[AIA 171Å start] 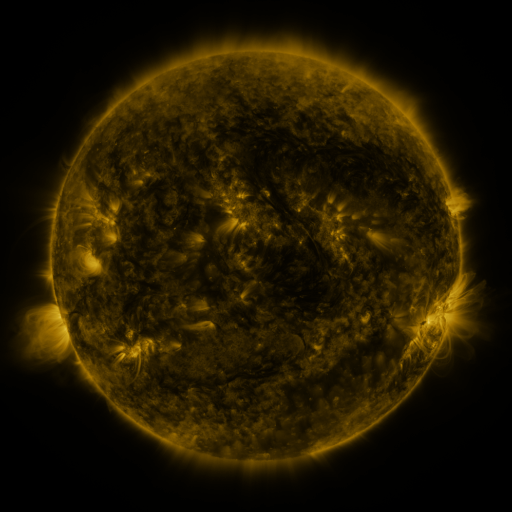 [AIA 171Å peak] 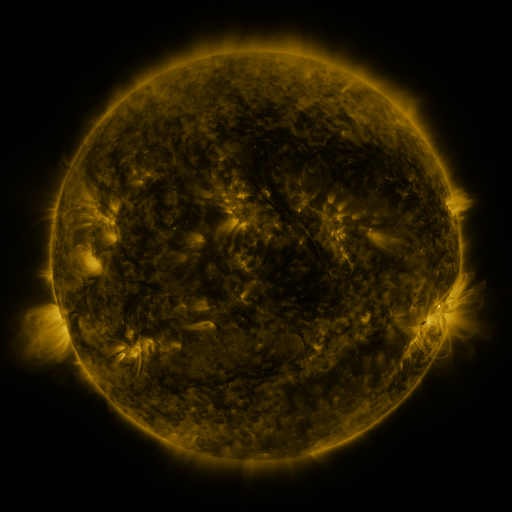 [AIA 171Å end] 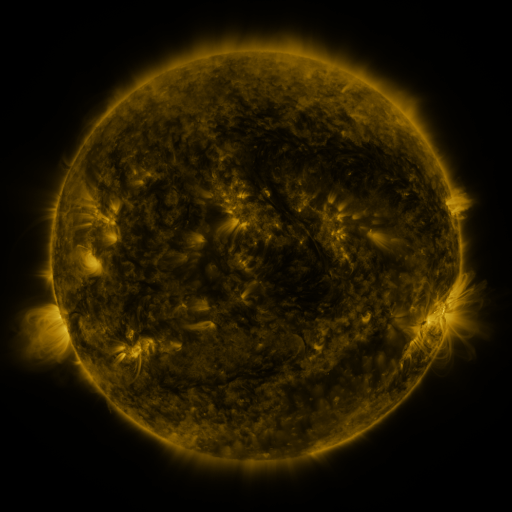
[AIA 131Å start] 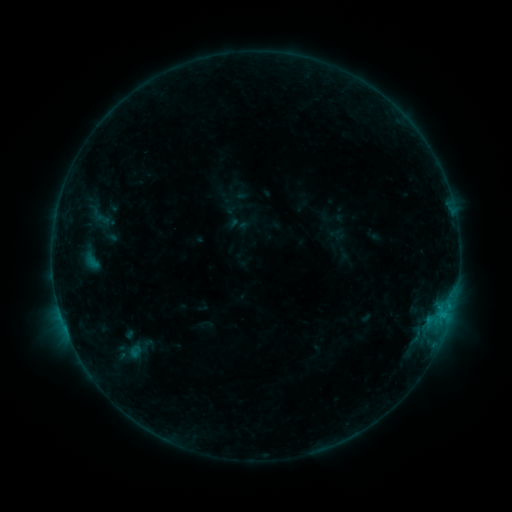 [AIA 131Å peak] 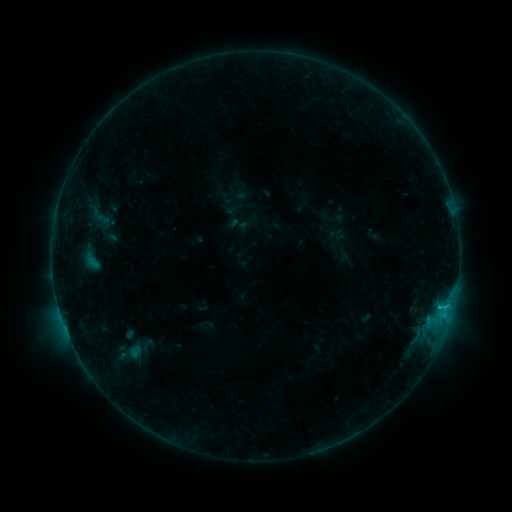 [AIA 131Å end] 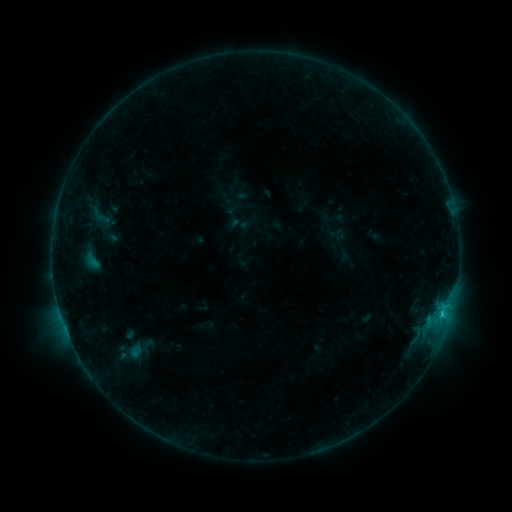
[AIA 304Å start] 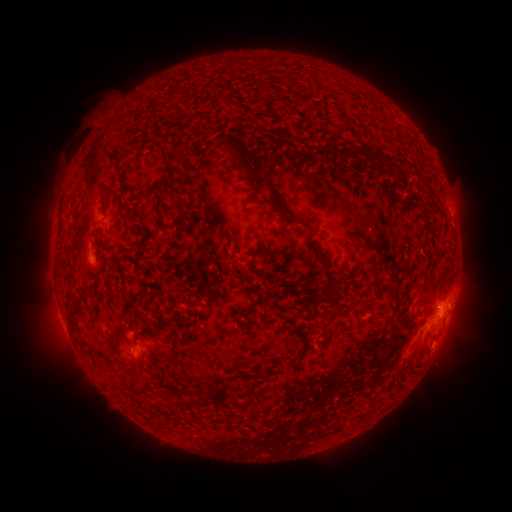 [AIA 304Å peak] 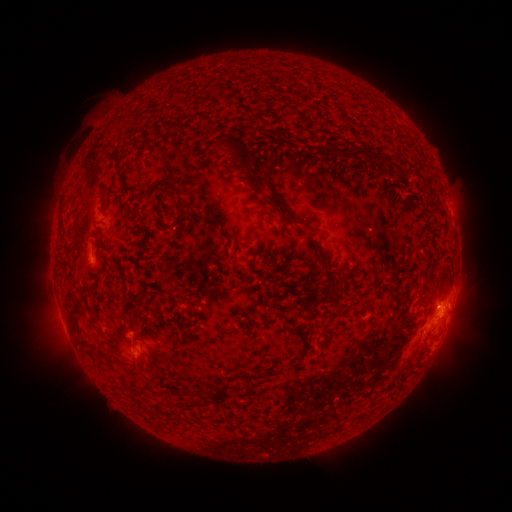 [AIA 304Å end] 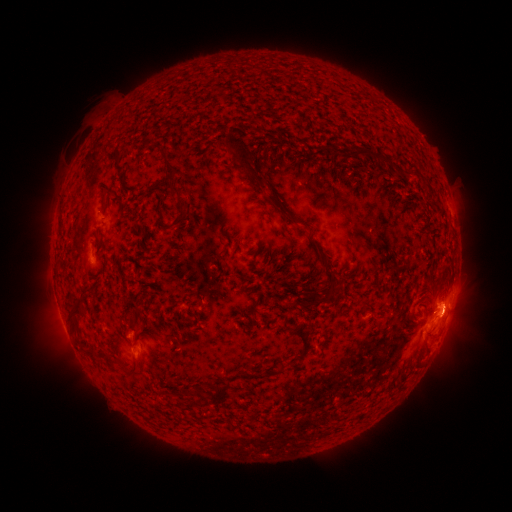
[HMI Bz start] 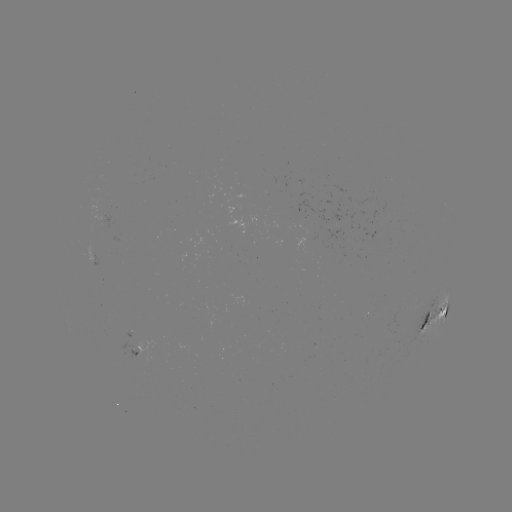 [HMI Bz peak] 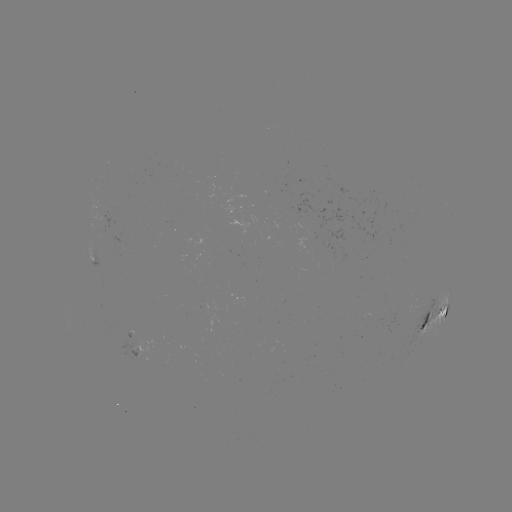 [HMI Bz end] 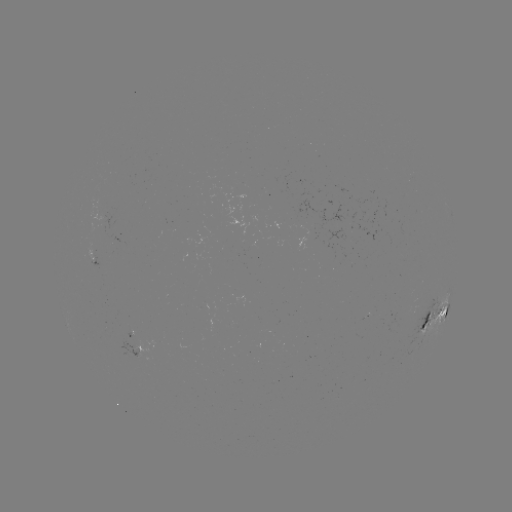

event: flare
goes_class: C1.1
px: (440, 307)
